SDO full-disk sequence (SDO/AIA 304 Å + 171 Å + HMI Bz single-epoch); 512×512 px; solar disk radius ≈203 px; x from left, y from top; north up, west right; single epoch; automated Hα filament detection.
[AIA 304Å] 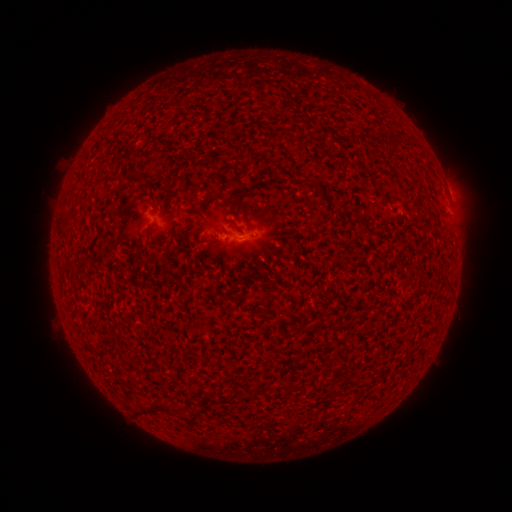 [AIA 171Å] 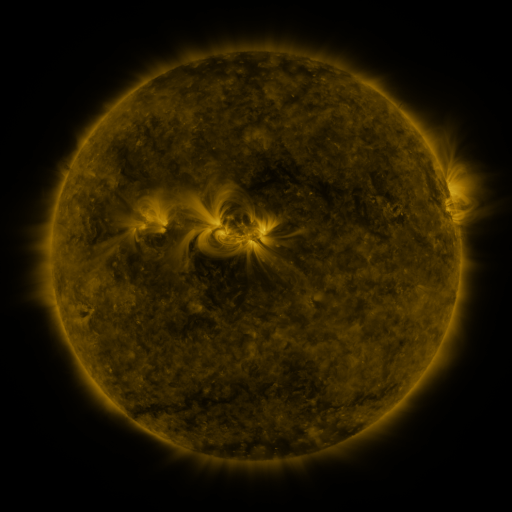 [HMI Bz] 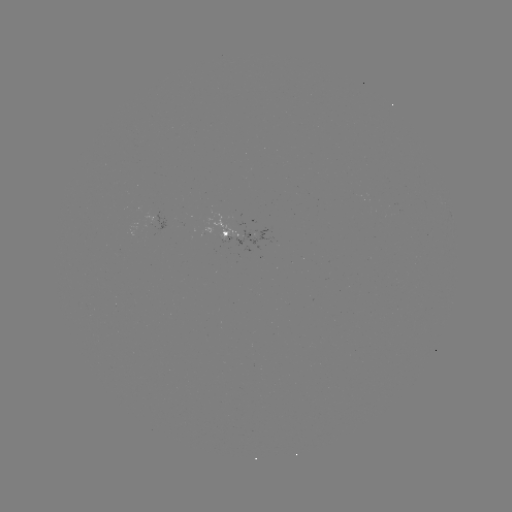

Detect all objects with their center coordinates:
filament: <bbox>173, 221, 183, 231</bbox>
filament: <bbox>141, 405, 157, 415</bbox>
